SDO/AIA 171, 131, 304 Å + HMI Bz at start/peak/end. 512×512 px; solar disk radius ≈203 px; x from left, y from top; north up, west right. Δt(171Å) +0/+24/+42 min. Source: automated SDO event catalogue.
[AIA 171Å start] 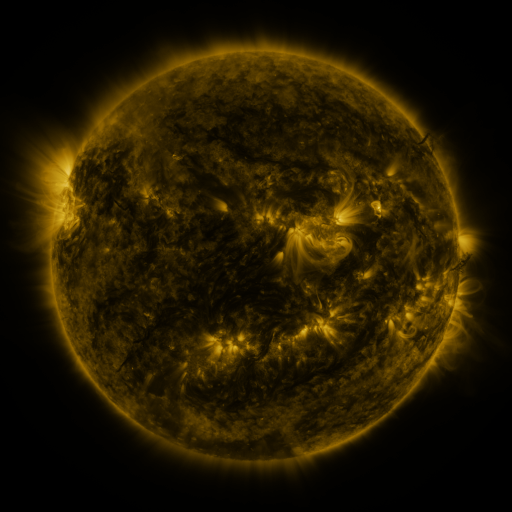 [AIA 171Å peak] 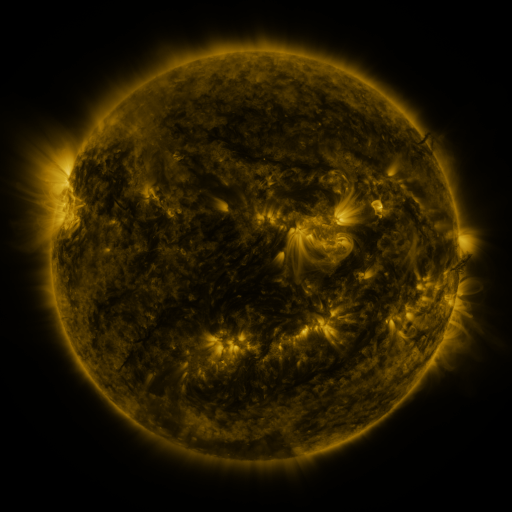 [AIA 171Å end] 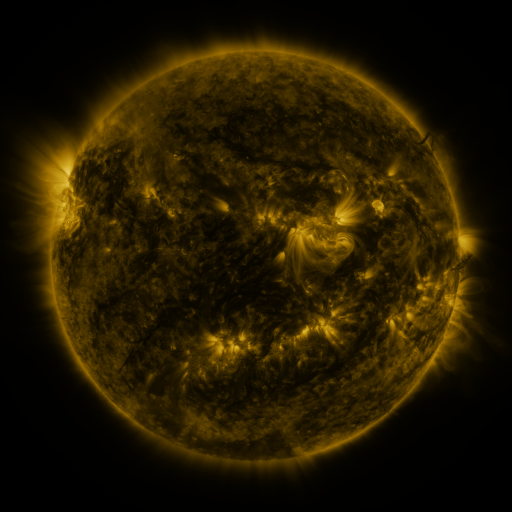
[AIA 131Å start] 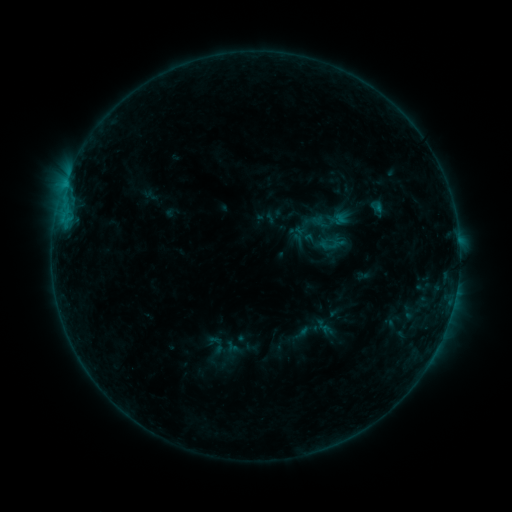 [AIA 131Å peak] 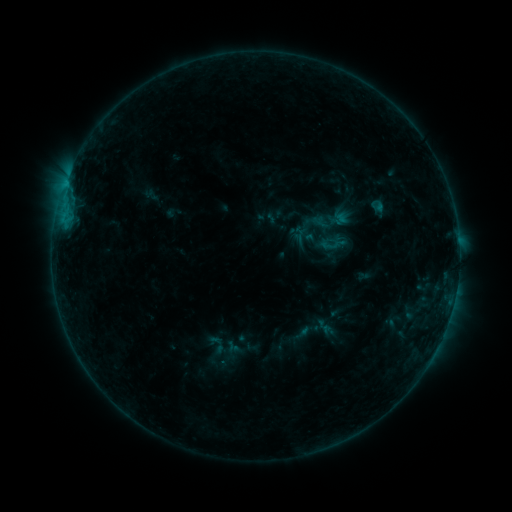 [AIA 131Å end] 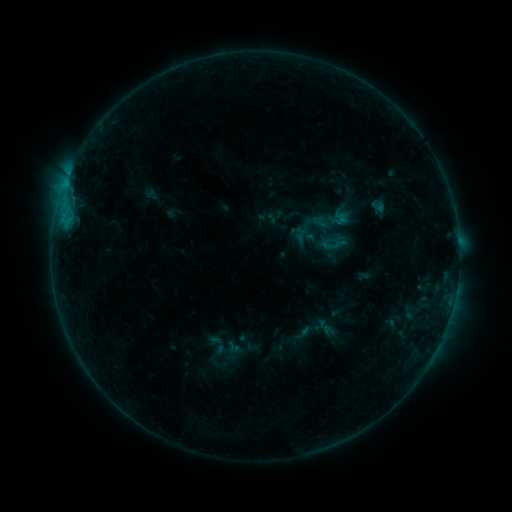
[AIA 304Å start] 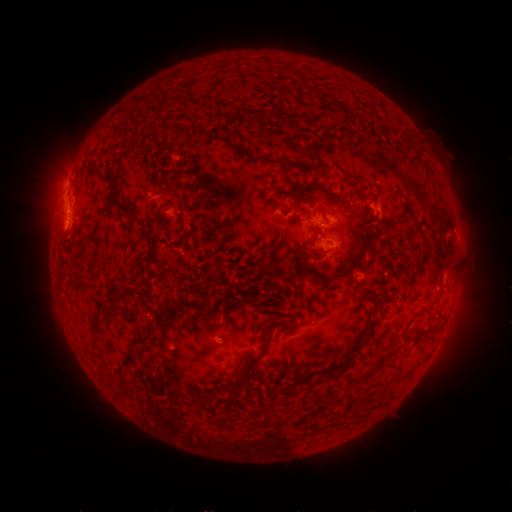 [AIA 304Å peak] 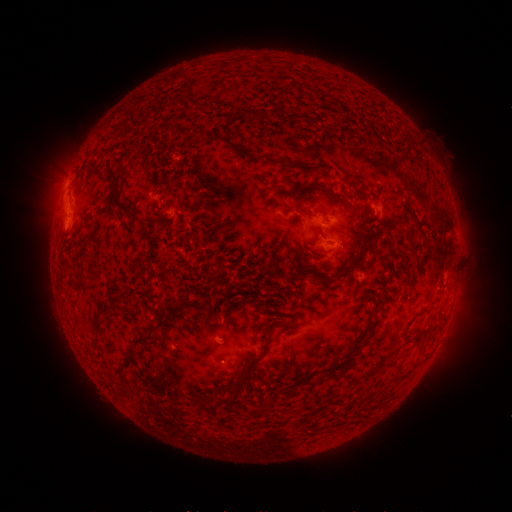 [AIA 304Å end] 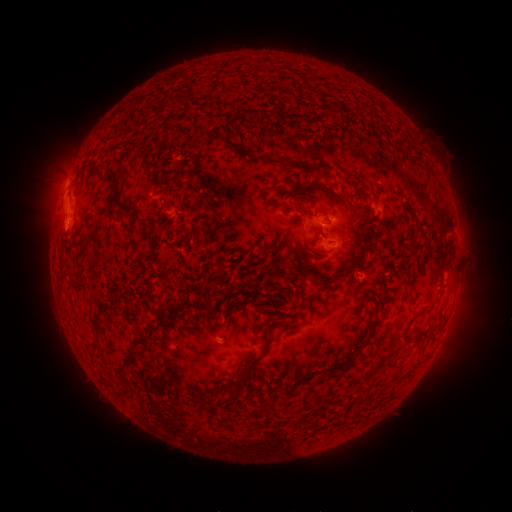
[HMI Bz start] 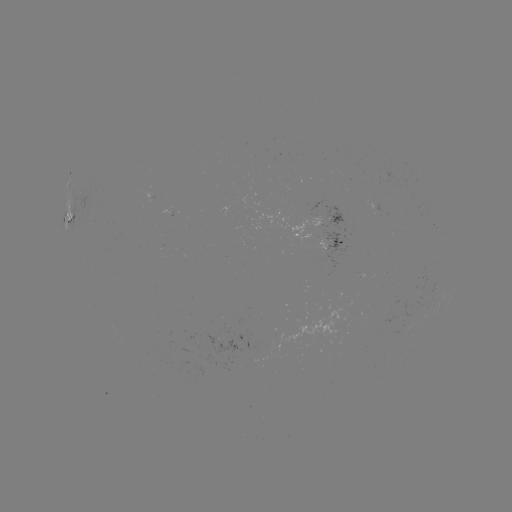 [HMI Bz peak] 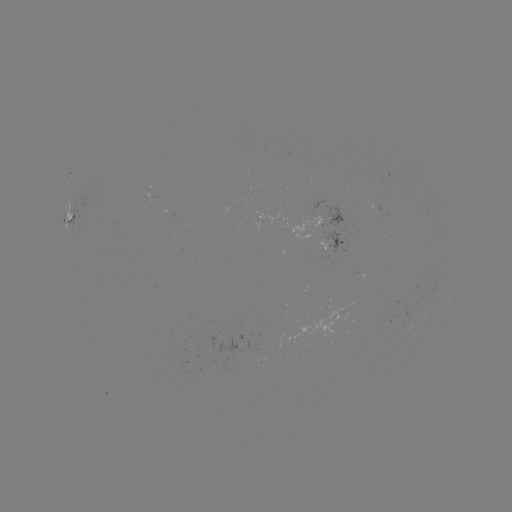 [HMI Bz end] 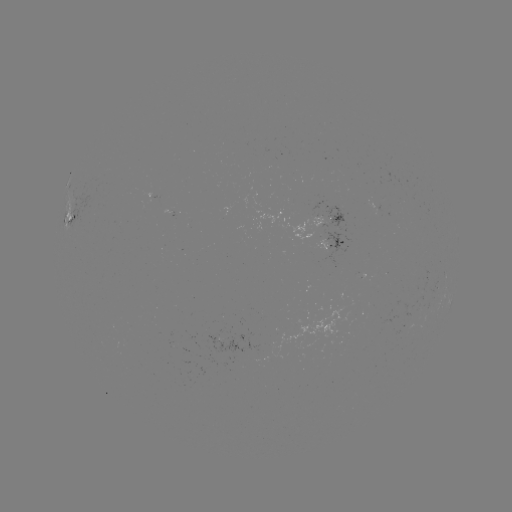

nothing was catalogued: no classed flare, no EUV trigger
